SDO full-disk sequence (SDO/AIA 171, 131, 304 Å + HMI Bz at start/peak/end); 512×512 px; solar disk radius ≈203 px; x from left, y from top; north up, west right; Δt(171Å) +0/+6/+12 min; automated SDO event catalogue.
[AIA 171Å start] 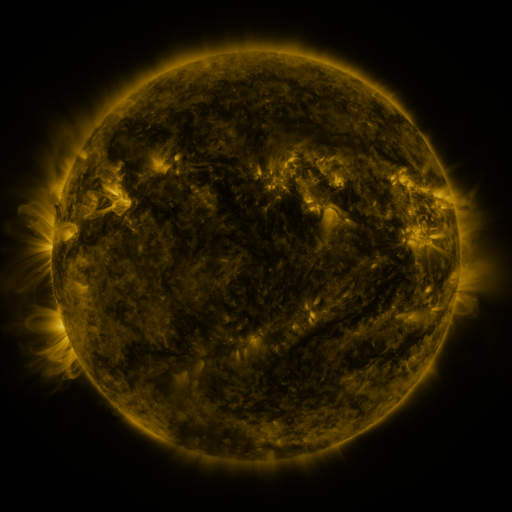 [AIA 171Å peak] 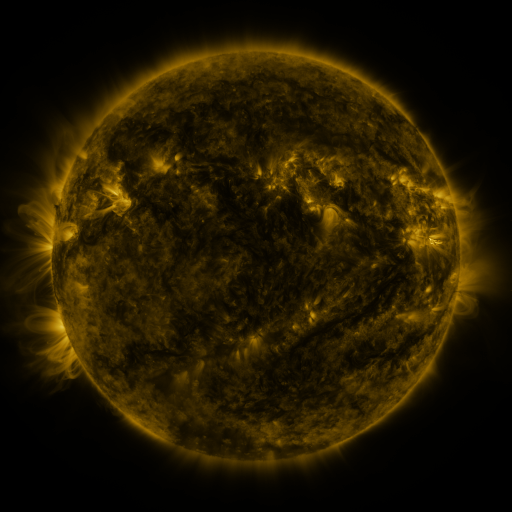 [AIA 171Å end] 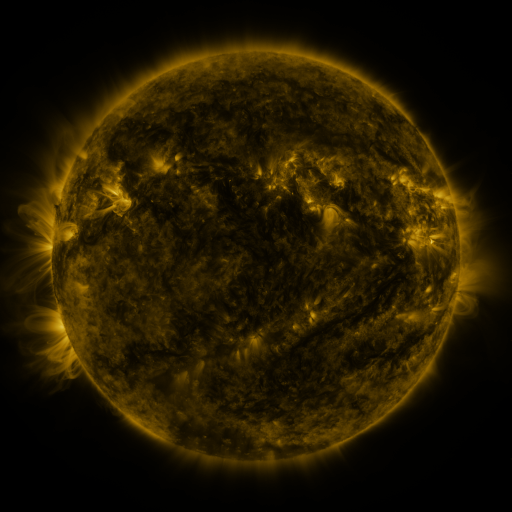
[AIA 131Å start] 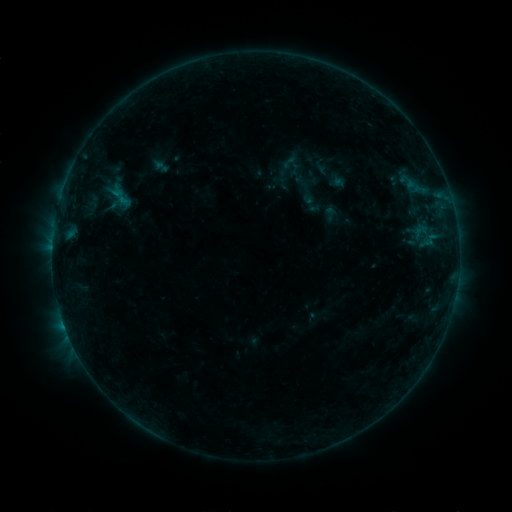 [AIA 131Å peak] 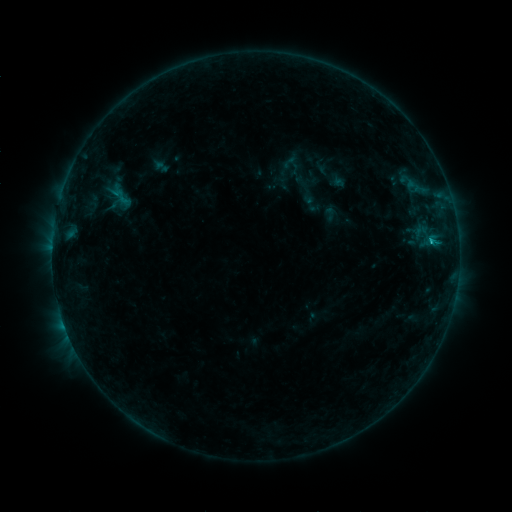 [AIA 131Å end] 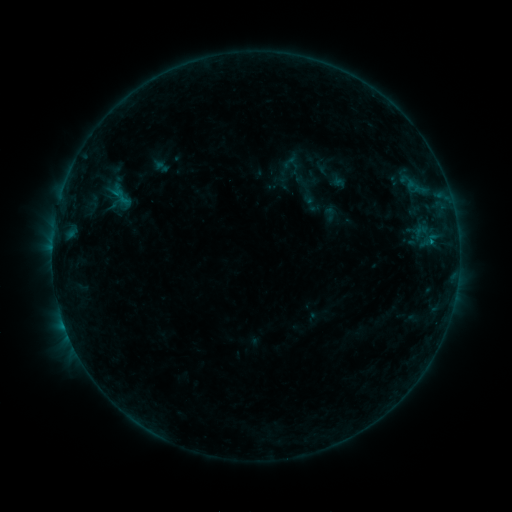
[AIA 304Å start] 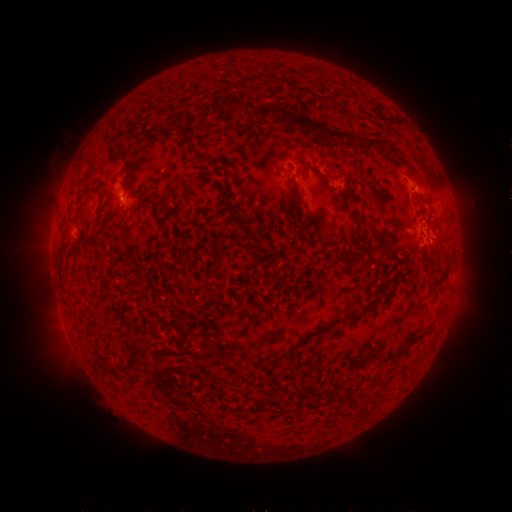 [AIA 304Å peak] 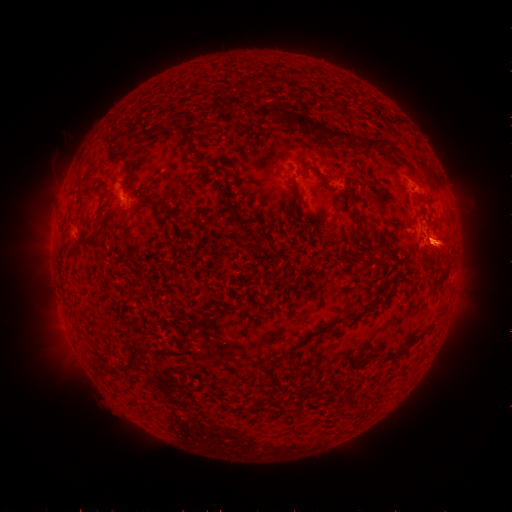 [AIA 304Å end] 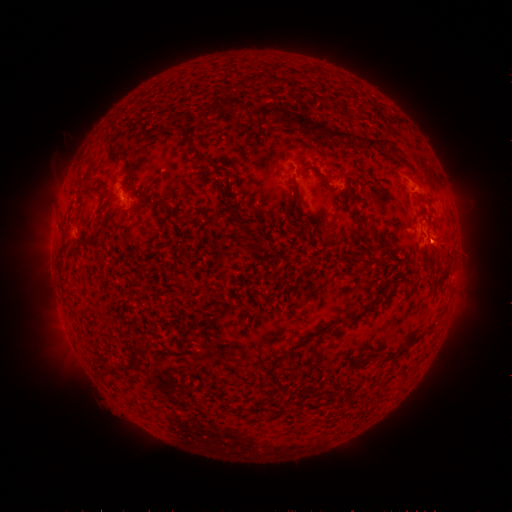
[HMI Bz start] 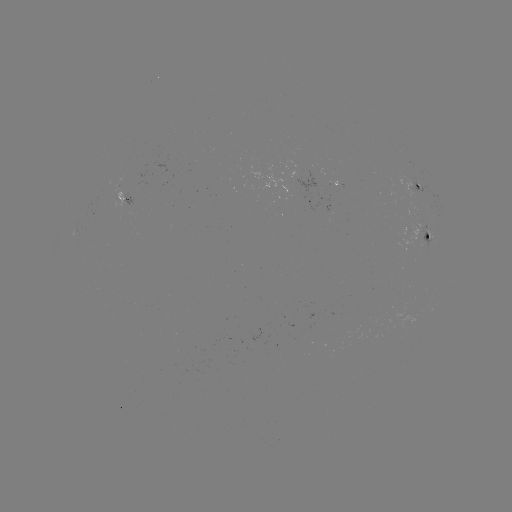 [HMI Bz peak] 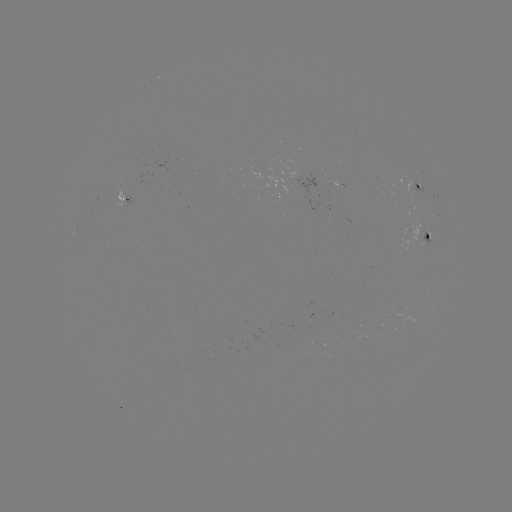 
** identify B4.5 flare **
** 430,243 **